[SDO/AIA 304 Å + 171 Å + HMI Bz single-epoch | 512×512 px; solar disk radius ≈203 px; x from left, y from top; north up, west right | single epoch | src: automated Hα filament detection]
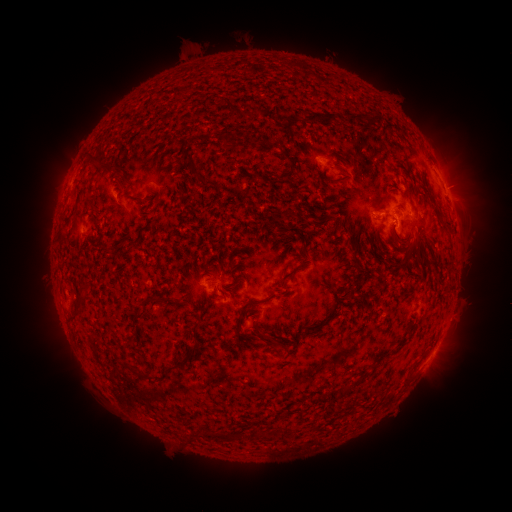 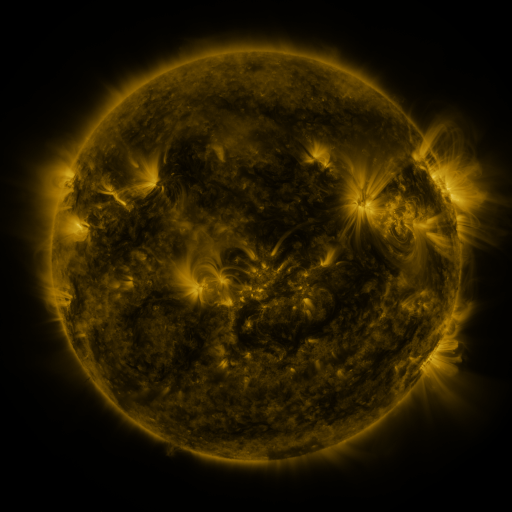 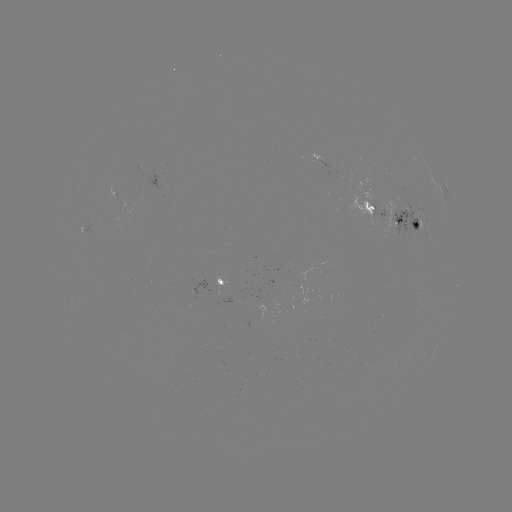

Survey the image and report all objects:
filament: [250, 105, 258, 115]
filament: [298, 110, 356, 125]
filament: [281, 115, 290, 124]
filament: [179, 149, 191, 161]
filament: [279, 151, 289, 160]
filament: [86, 155, 102, 169]
filament: [347, 157, 355, 167]
filament: [282, 171, 291, 179]
filament: [263, 172, 278, 187]
filament: [324, 175, 334, 183]
filament: [199, 180, 215, 188]
filament: [283, 201, 318, 222]
filament: [432, 206, 451, 237]
filament: [332, 221, 355, 248]
filament: [296, 232, 306, 244]
filament: [125, 235, 135, 246]
filament: [404, 238, 421, 260]
filament: [113, 240, 124, 252]
filament: [123, 251, 133, 259]
filament: [236, 259, 306, 327]
filament: [201, 263, 214, 273]
filament: [317, 274, 332, 288]
filament: [340, 274, 359, 290]
filament: [78, 283, 91, 293]
filament: [147, 295, 165, 305]
filament: [74, 296, 86, 320]
filament: [325, 297, 338, 317]
filament: [247, 309, 260, 318]
filament: [163, 321, 201, 376]
filament: [255, 326, 285, 348]
filament: [404, 350, 428, 383]
filament: [133, 370, 153, 381]
filament: [342, 384, 352, 392]
filament: [257, 429, 268, 439]
filament: [205, 430, 241, 442]
